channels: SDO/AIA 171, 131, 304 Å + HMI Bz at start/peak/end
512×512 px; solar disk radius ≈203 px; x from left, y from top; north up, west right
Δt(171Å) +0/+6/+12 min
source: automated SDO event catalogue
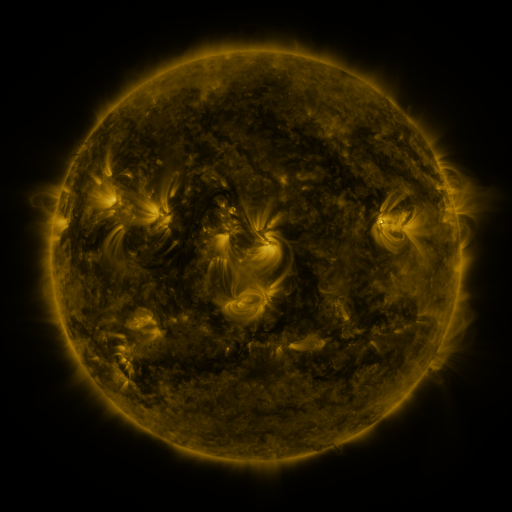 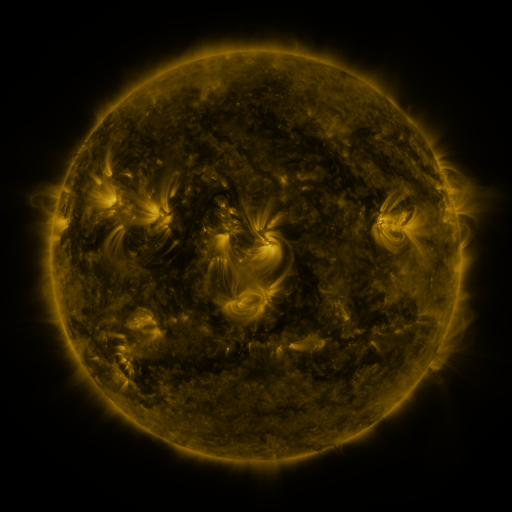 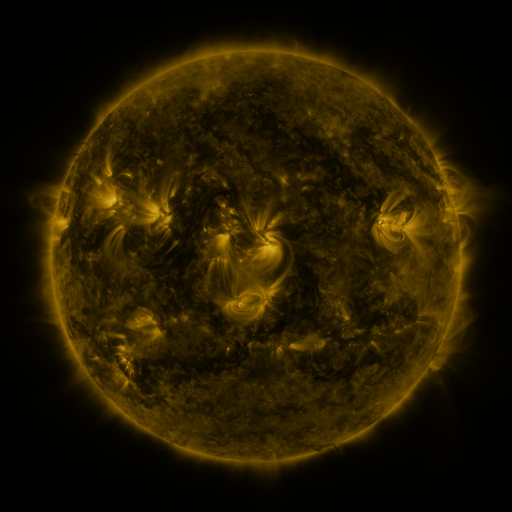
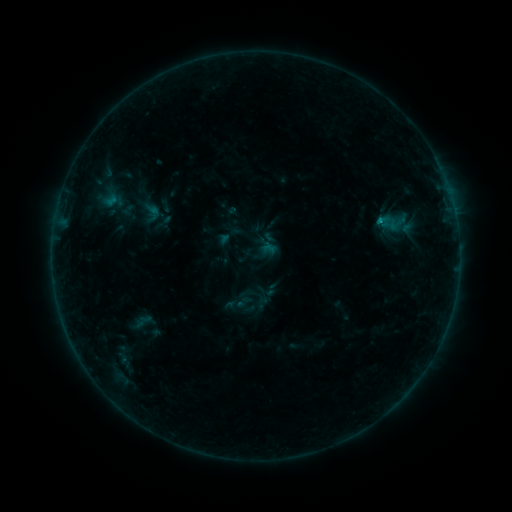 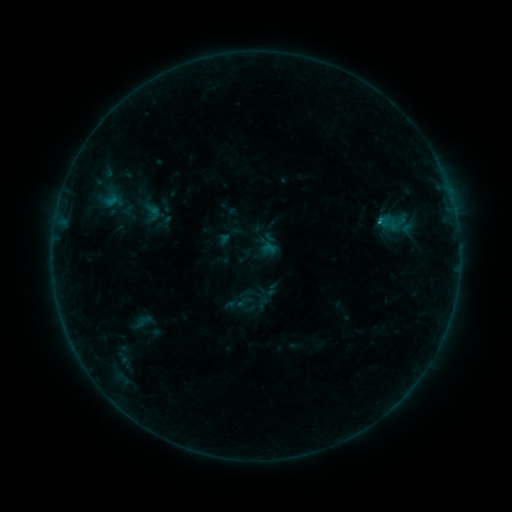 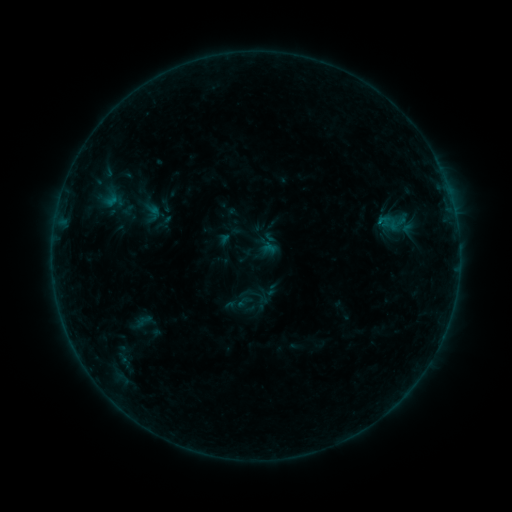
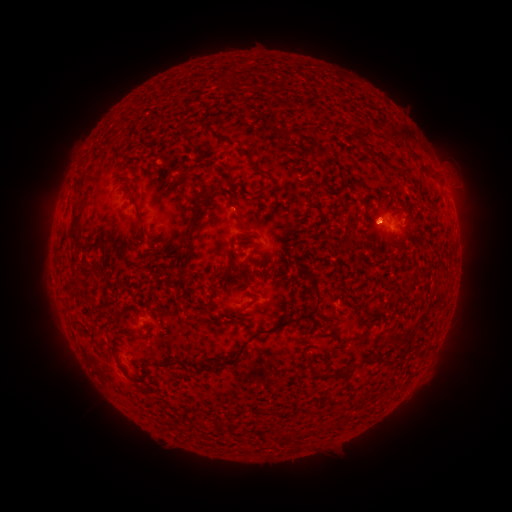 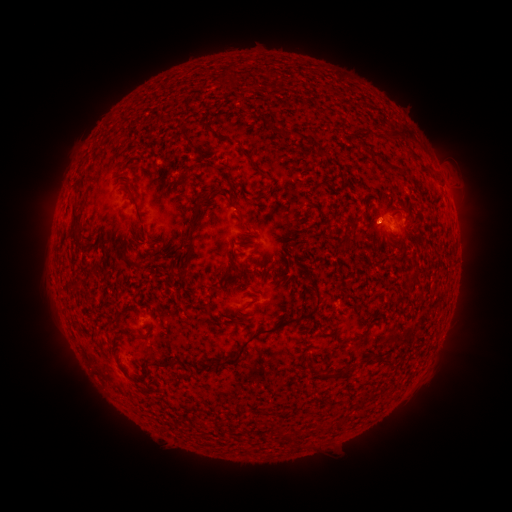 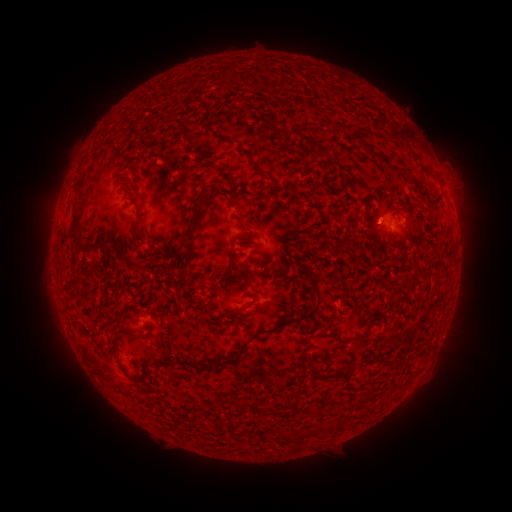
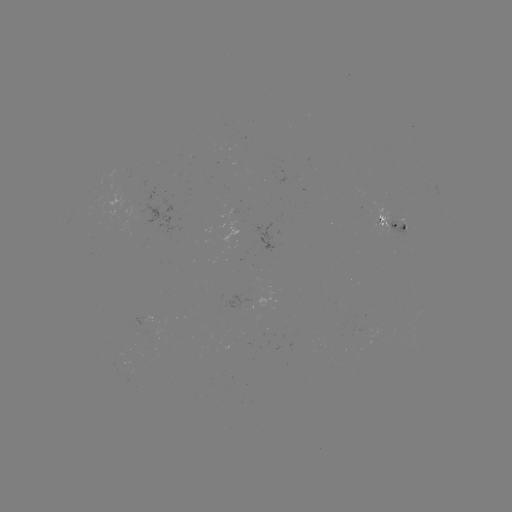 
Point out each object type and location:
B3.6 flare: (377, 225)
